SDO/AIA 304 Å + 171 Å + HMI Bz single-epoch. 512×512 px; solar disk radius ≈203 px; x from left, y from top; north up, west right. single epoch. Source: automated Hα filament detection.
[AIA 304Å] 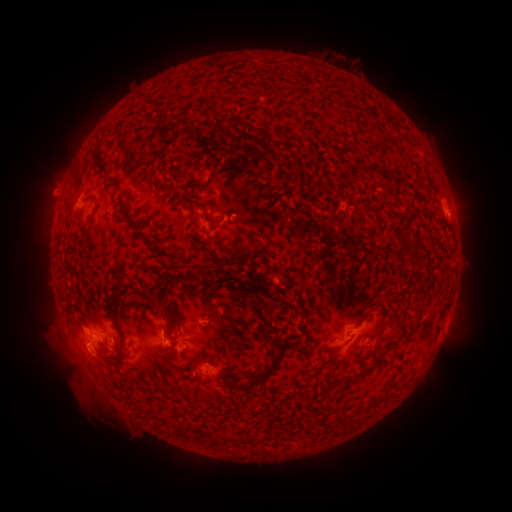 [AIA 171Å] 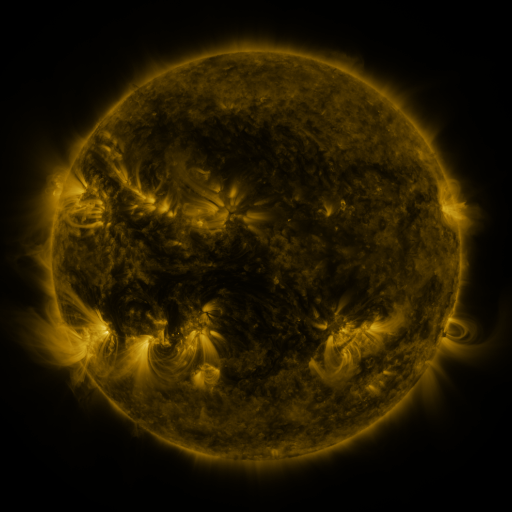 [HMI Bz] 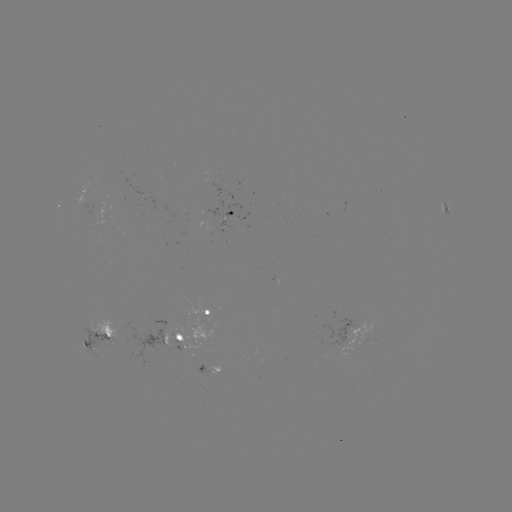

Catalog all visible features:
filament: (176, 128, 188, 136)
filament: (147, 170, 159, 195)
filament: (83, 193, 96, 200)
filament: (406, 252, 421, 263)
filament: (157, 260, 220, 275)
filament: (135, 288, 170, 326)
filament: (258, 300, 274, 312)
filament: (351, 348, 376, 382)
filament: (243, 353, 280, 386)
